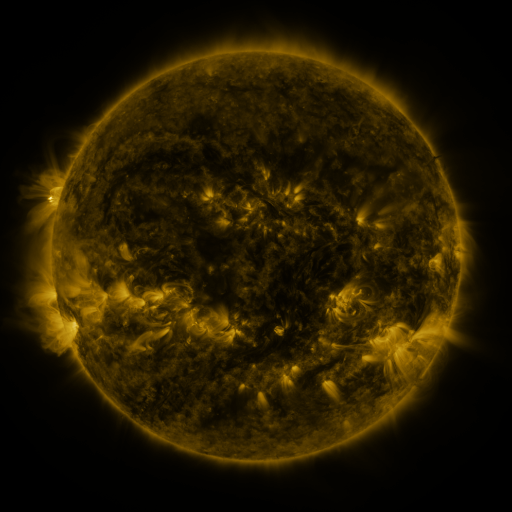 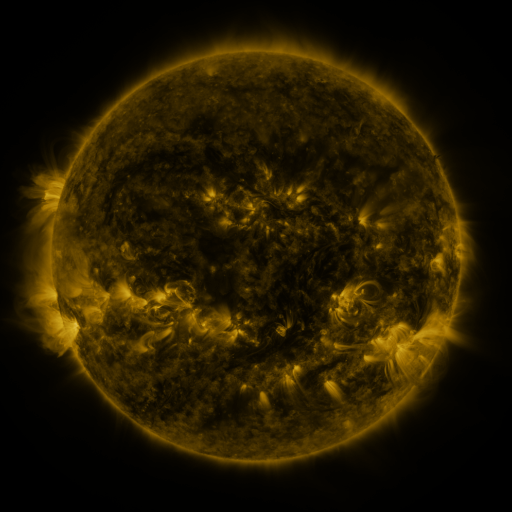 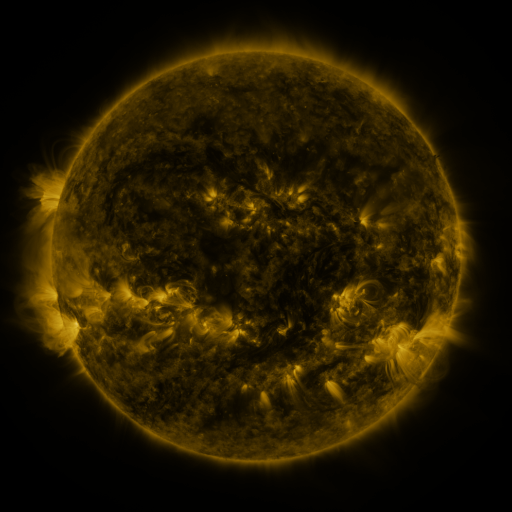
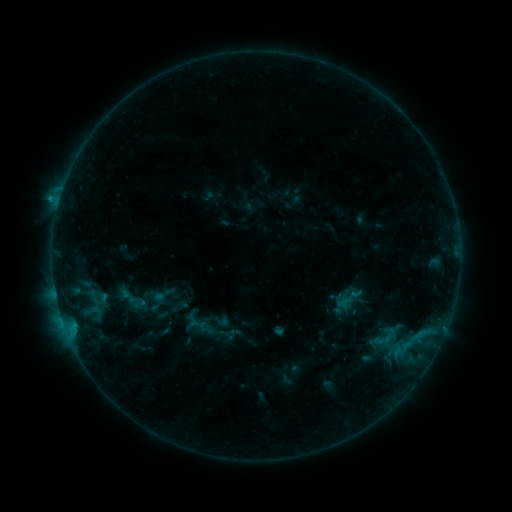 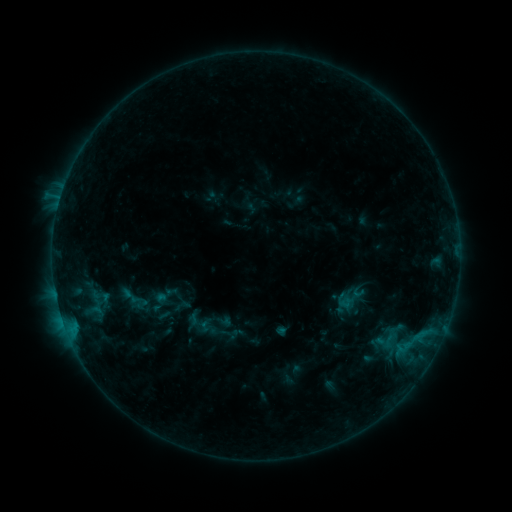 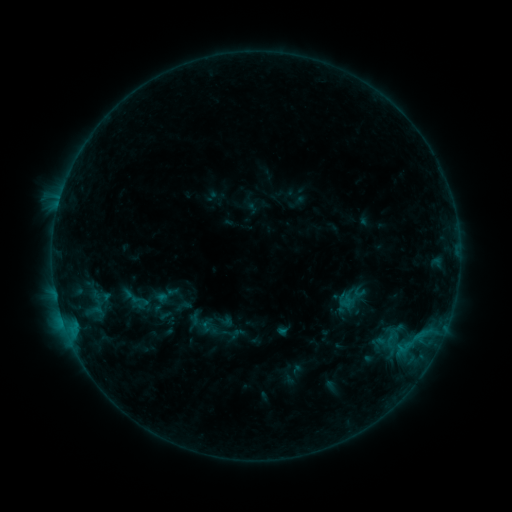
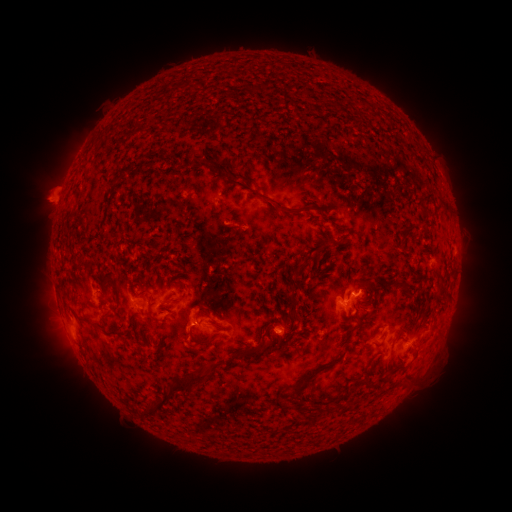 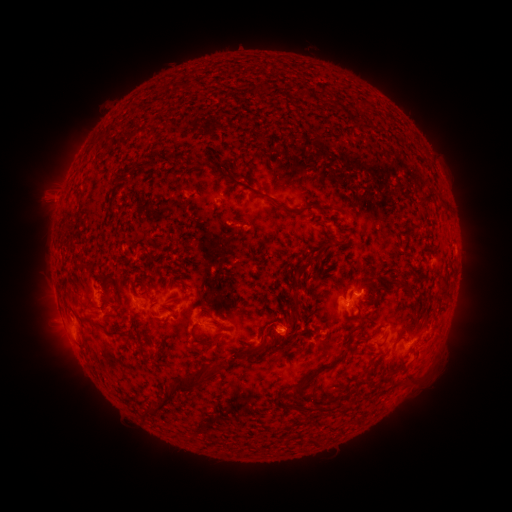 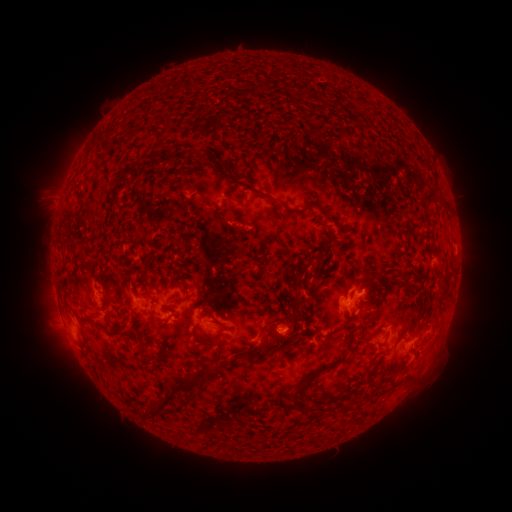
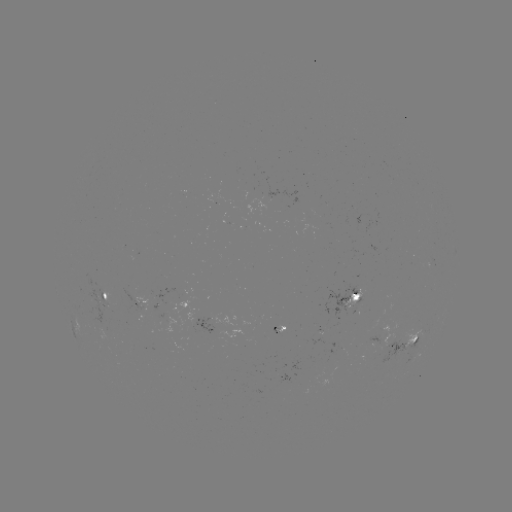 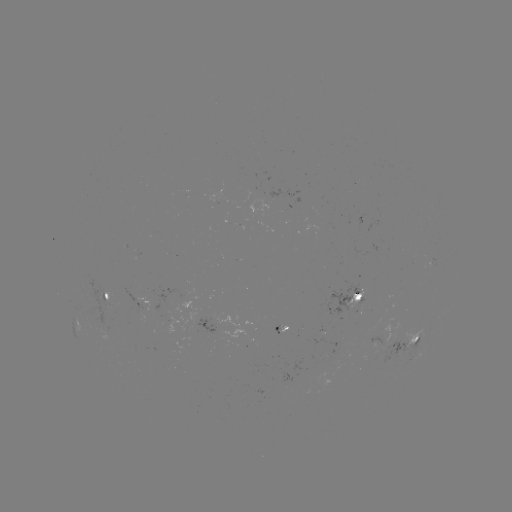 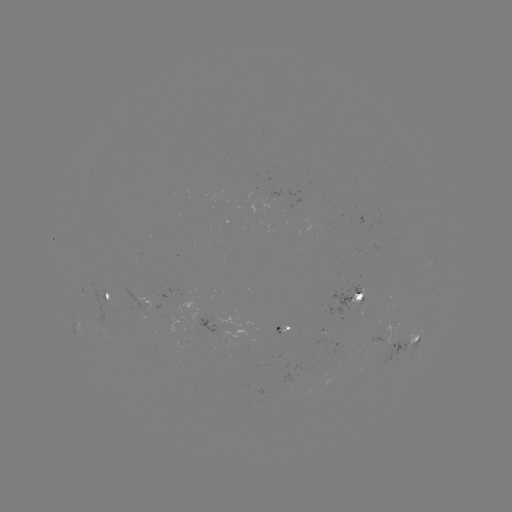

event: emerging-flux region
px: (356, 304)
